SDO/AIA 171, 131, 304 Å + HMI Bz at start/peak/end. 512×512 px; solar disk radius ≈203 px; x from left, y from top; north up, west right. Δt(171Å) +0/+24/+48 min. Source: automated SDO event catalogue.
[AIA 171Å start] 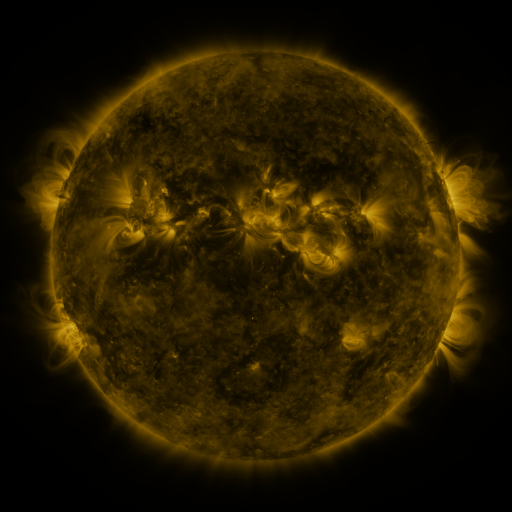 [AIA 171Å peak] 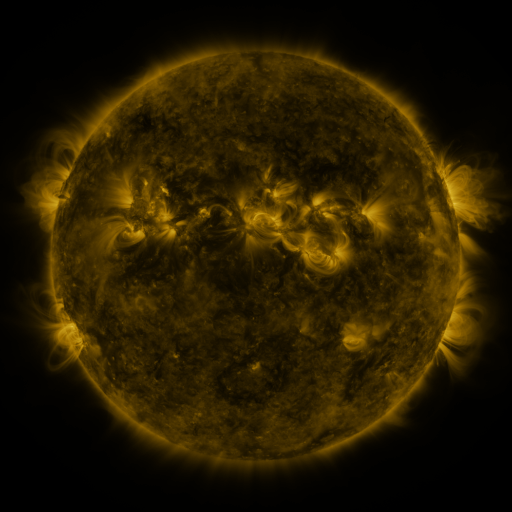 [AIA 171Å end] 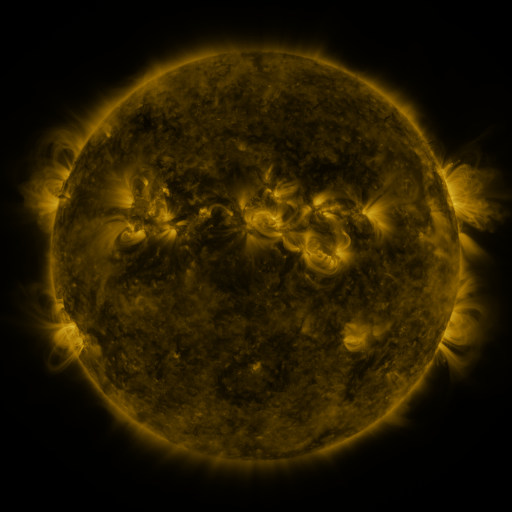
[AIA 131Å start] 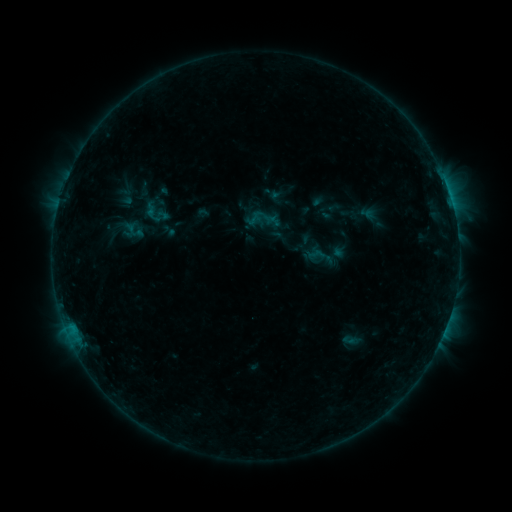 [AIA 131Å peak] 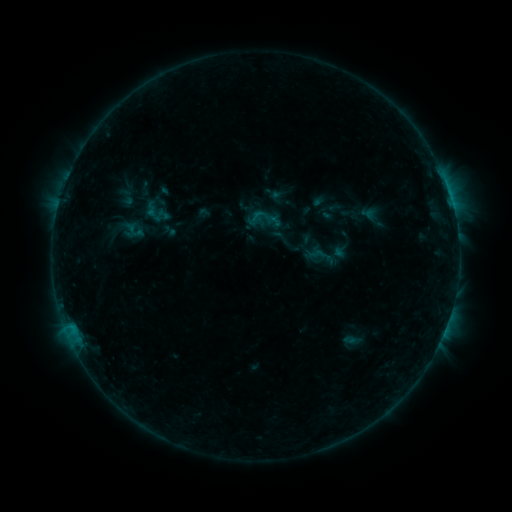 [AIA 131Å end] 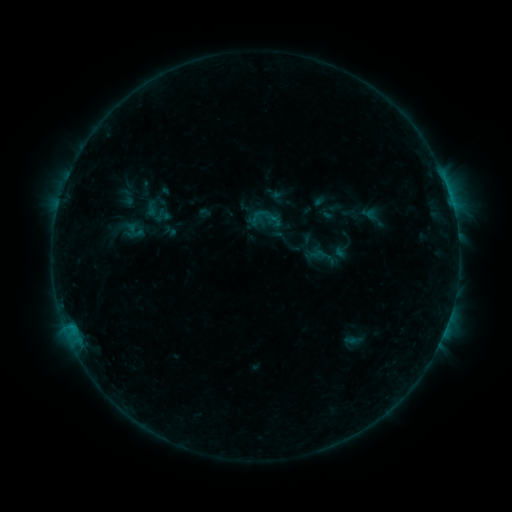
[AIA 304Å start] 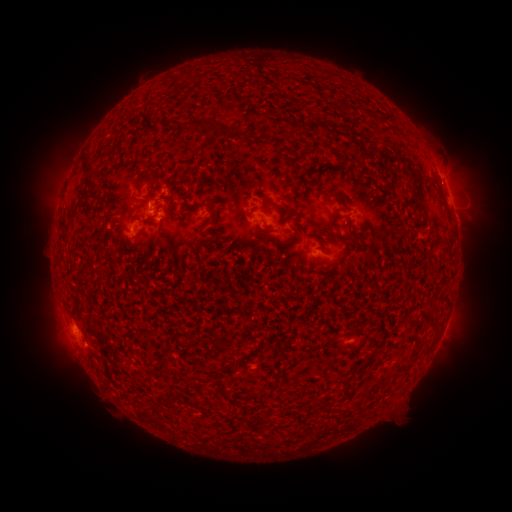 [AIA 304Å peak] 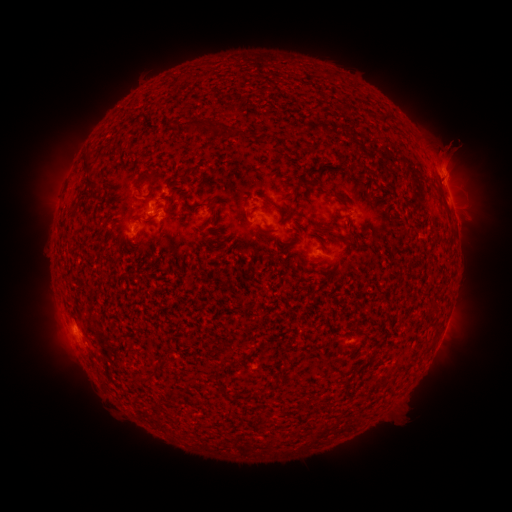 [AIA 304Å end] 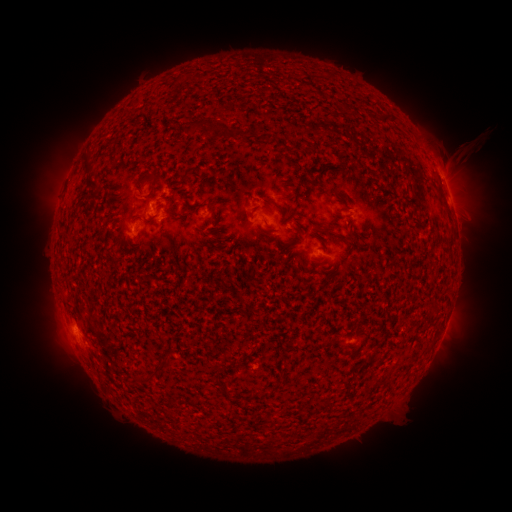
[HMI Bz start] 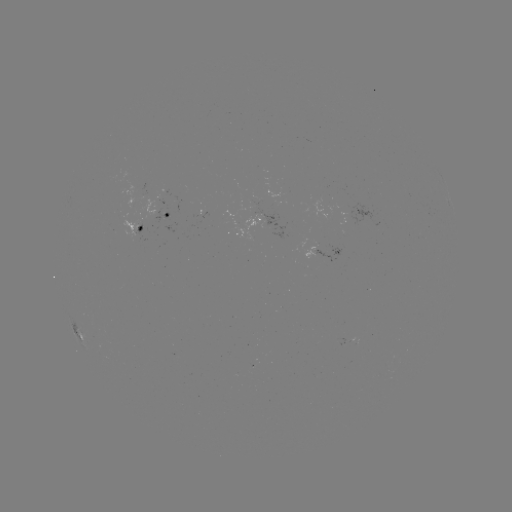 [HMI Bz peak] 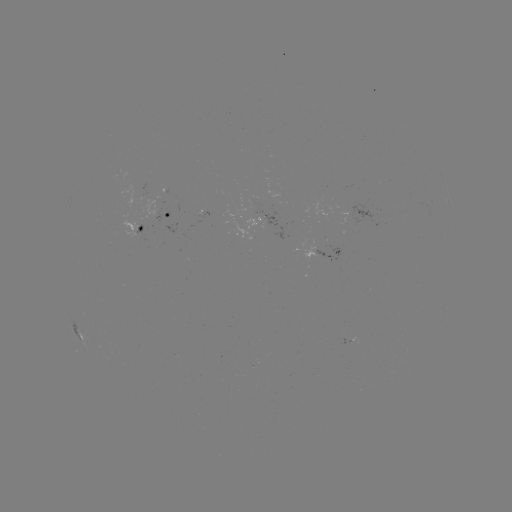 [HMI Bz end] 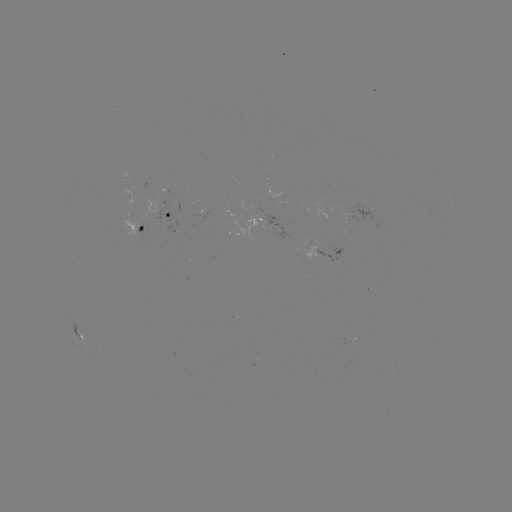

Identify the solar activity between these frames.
eruption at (455, 157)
